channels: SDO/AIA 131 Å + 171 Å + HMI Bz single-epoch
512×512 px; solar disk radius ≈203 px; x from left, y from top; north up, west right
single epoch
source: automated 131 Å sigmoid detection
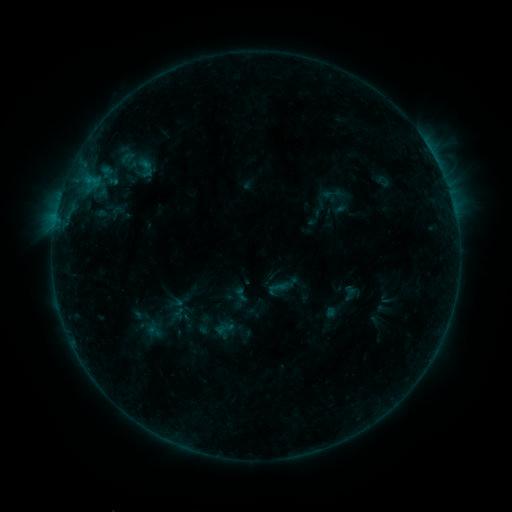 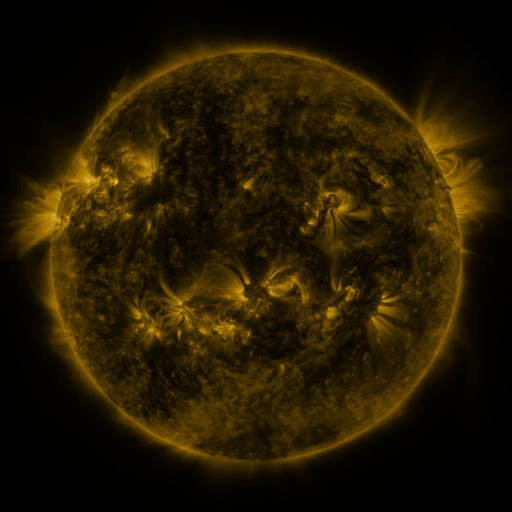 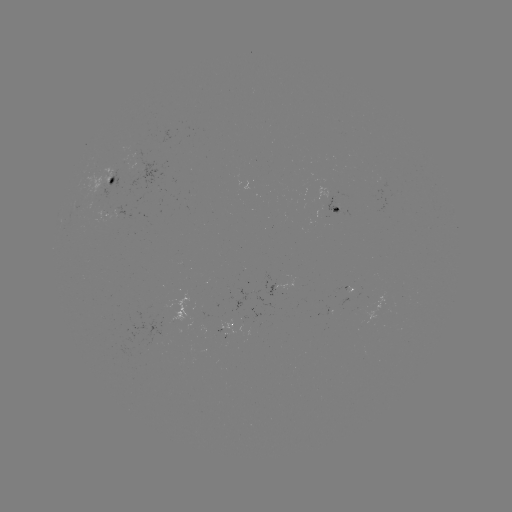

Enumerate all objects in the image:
sigmoid: (350, 293)
sigmoid: (241, 294)
